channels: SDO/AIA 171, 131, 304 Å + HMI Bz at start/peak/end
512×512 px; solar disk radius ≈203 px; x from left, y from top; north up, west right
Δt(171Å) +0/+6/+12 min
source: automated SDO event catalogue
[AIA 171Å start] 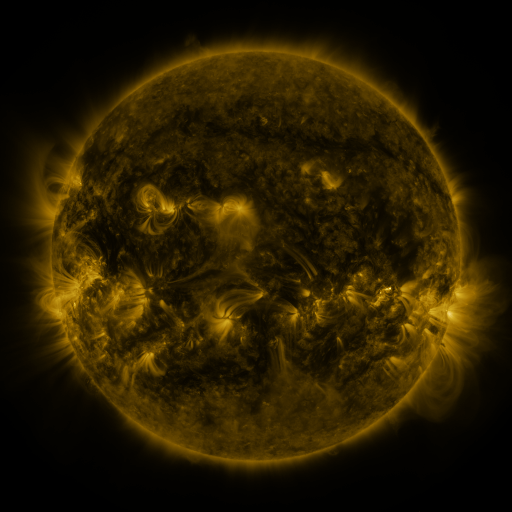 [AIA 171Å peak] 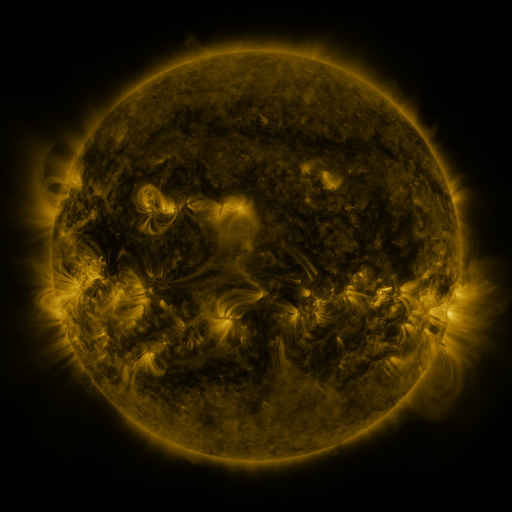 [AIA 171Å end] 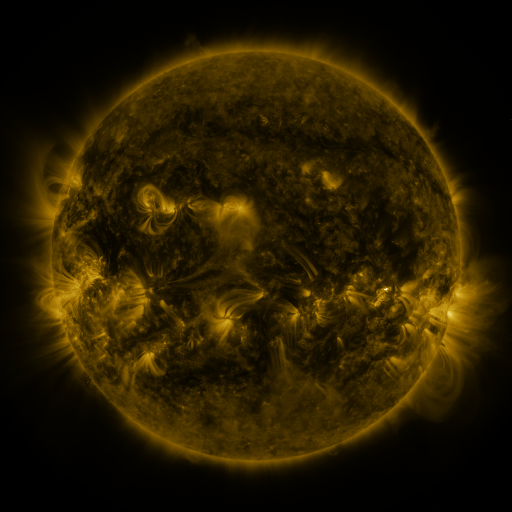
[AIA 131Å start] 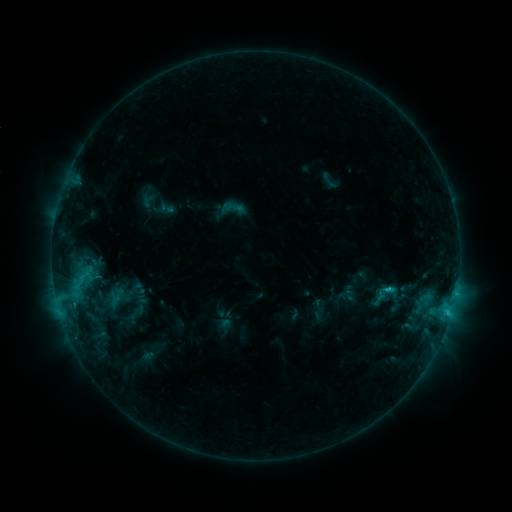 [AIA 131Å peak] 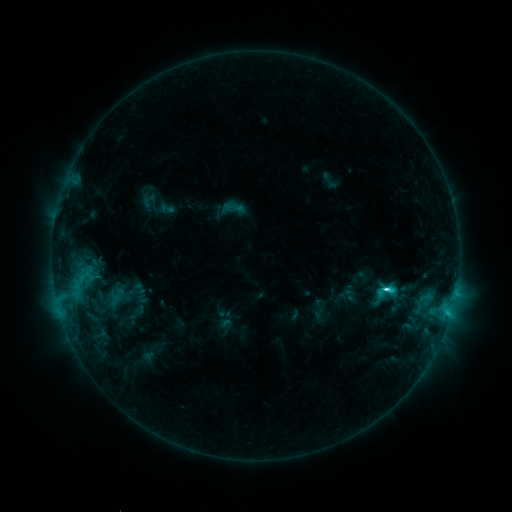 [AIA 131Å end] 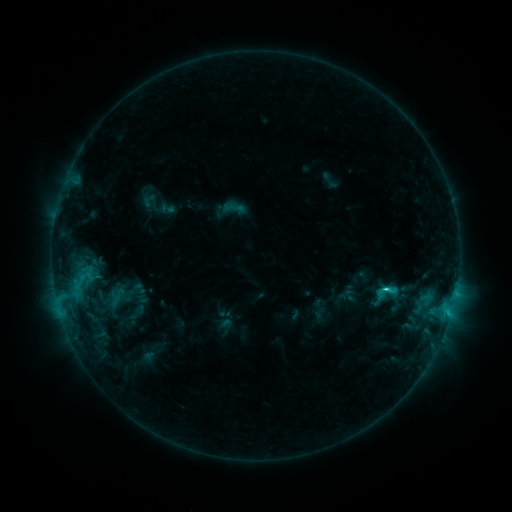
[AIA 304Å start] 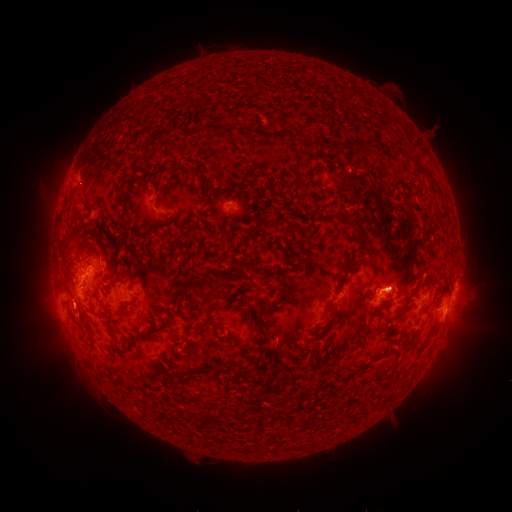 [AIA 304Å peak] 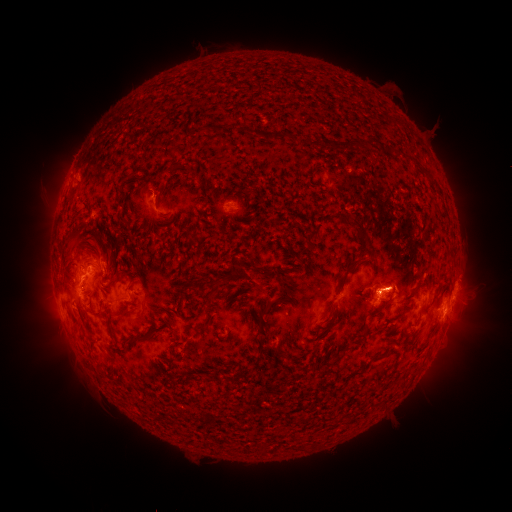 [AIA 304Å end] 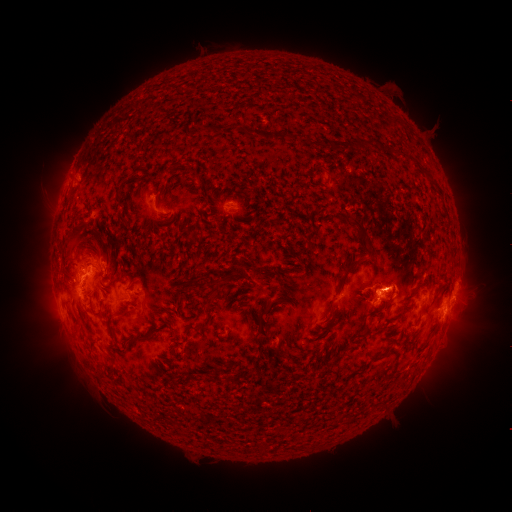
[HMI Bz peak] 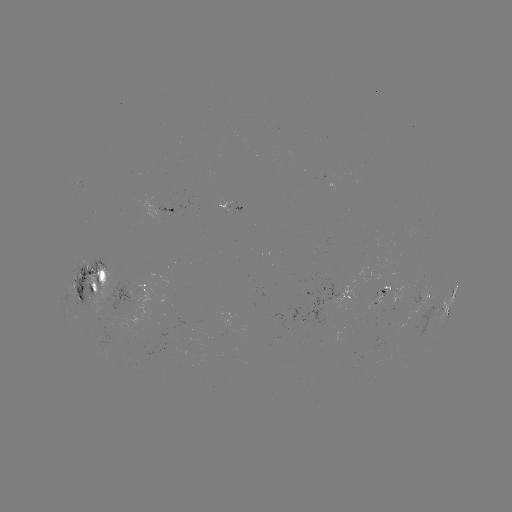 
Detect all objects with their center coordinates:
C4.0 flare: (387, 286)
